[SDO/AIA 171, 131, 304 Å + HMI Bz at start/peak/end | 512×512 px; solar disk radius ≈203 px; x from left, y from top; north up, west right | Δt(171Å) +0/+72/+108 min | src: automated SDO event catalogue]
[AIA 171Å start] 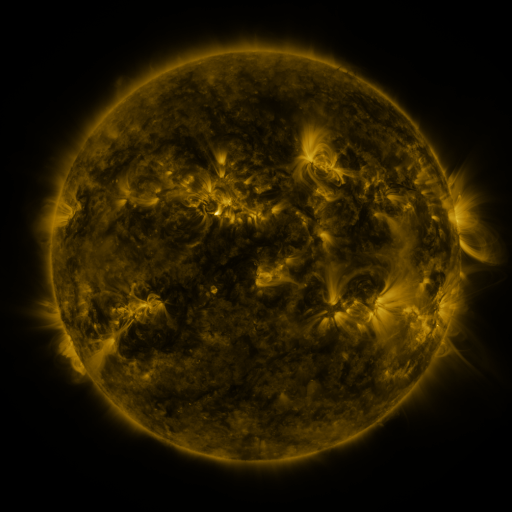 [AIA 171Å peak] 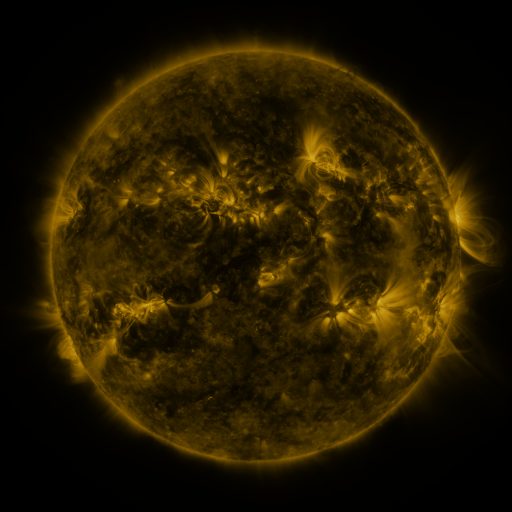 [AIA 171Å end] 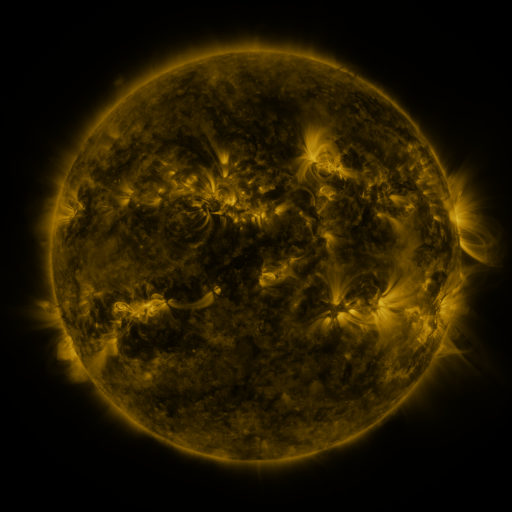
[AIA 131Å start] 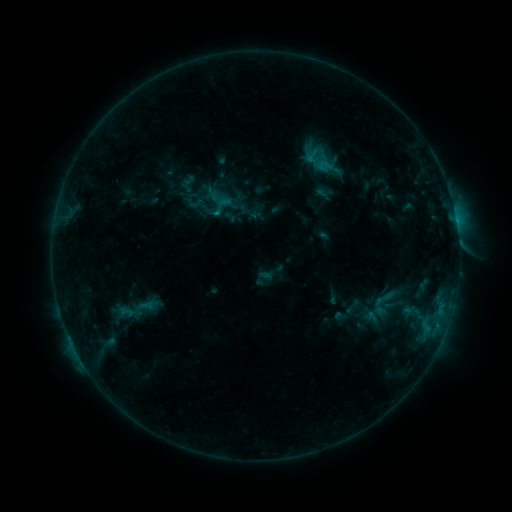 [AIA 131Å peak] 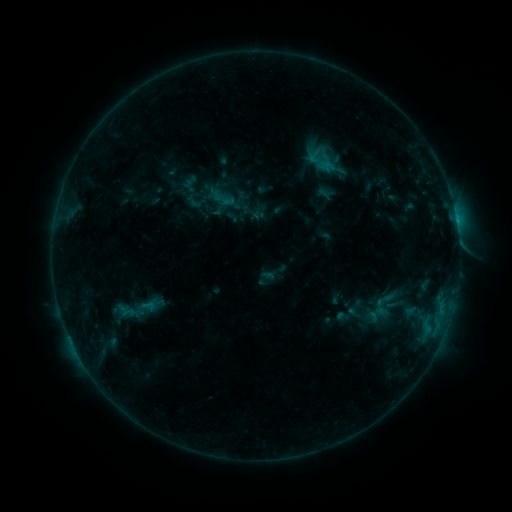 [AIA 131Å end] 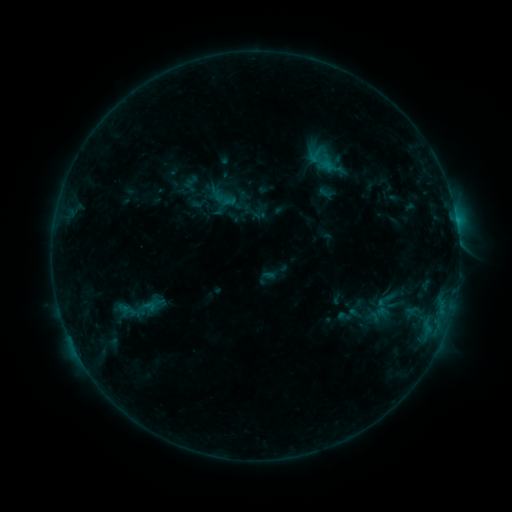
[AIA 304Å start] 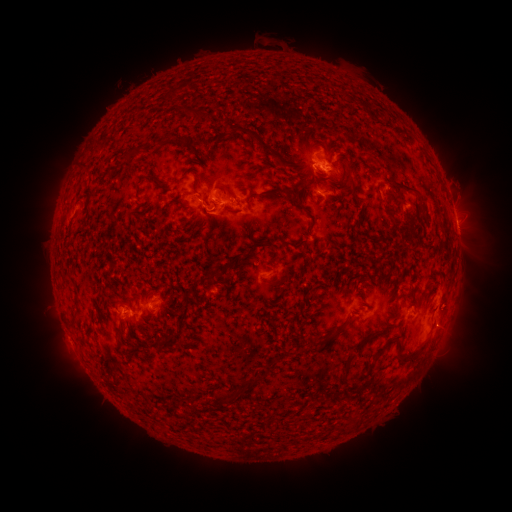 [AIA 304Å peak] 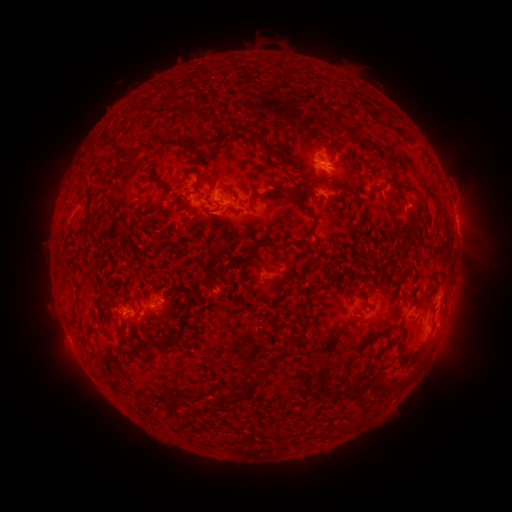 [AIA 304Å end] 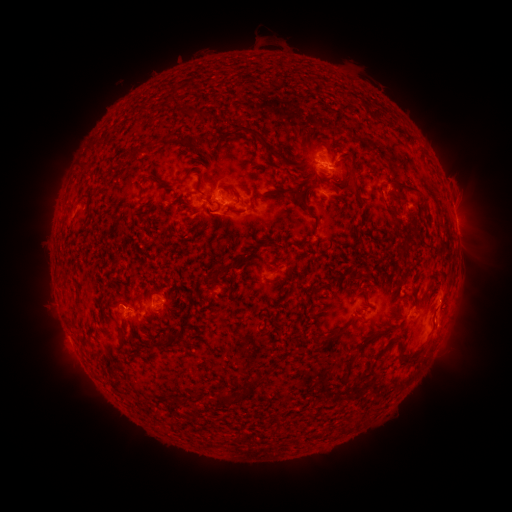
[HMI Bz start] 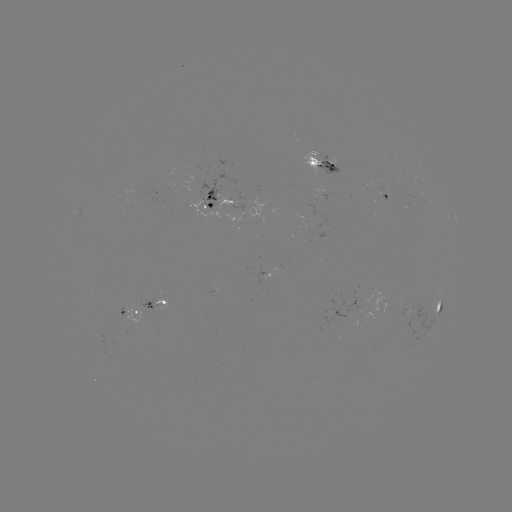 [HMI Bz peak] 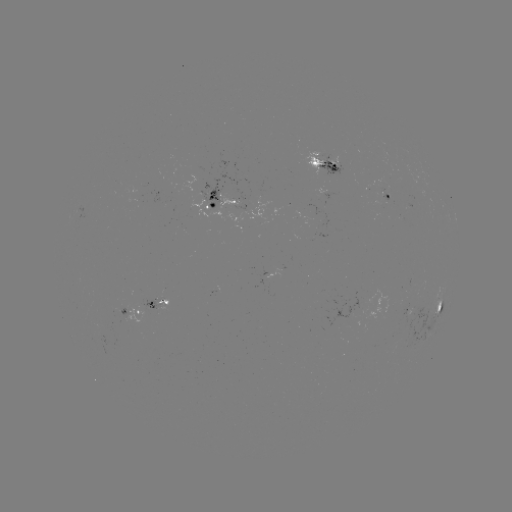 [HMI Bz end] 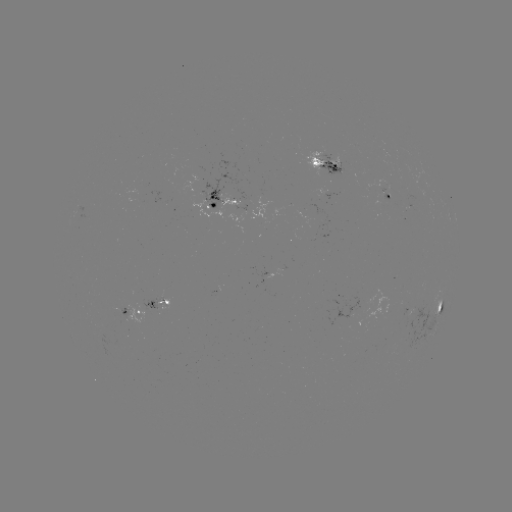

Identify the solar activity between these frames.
emerging-flux region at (216, 202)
